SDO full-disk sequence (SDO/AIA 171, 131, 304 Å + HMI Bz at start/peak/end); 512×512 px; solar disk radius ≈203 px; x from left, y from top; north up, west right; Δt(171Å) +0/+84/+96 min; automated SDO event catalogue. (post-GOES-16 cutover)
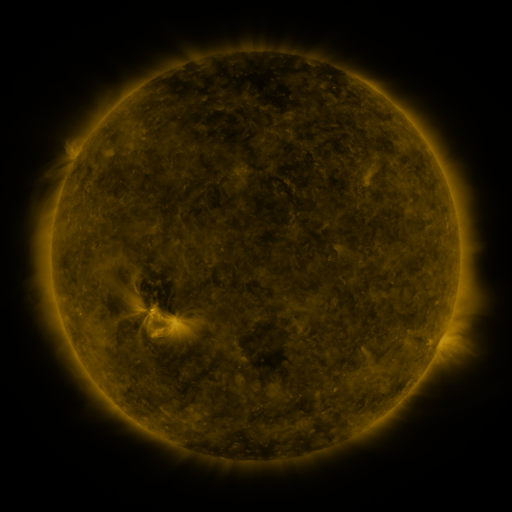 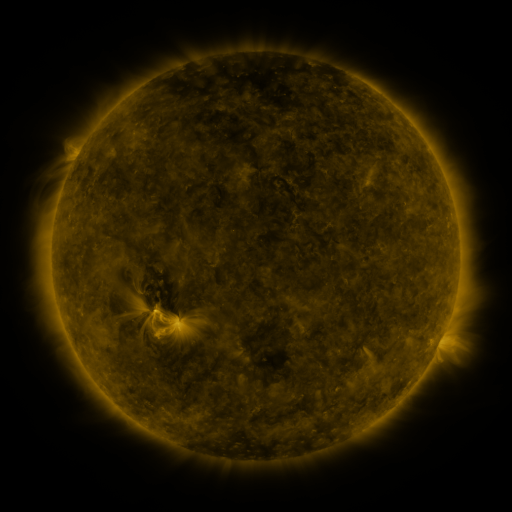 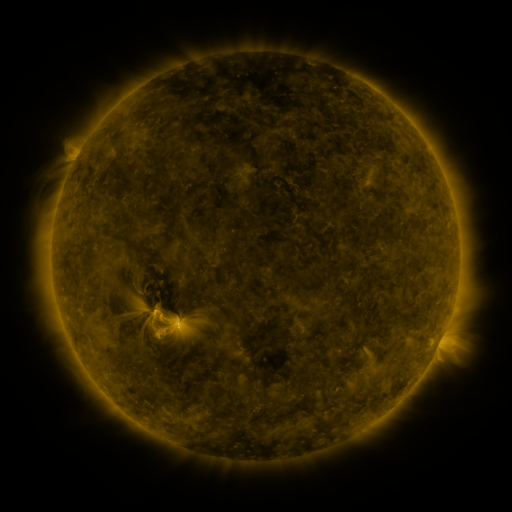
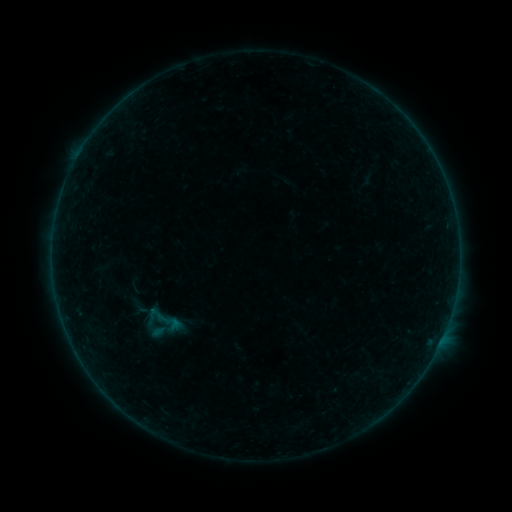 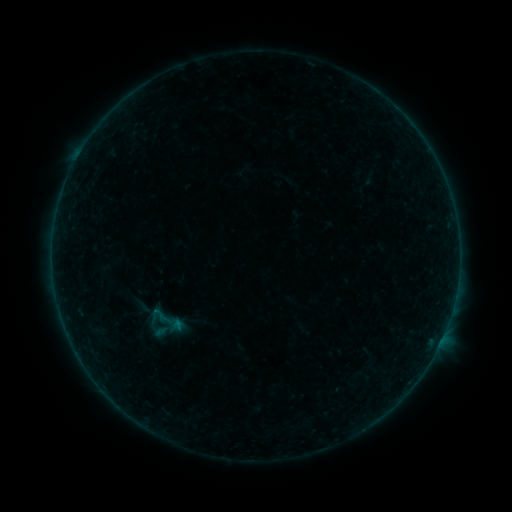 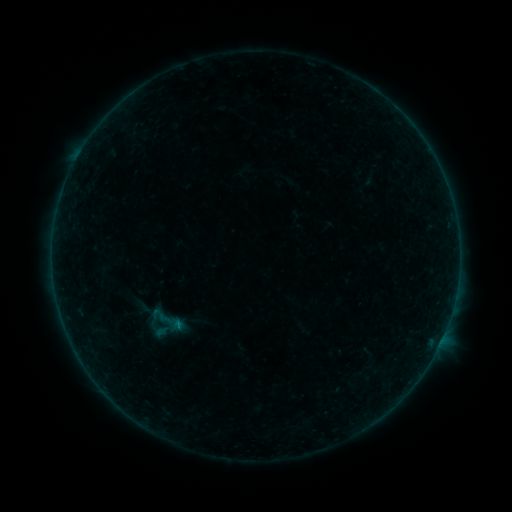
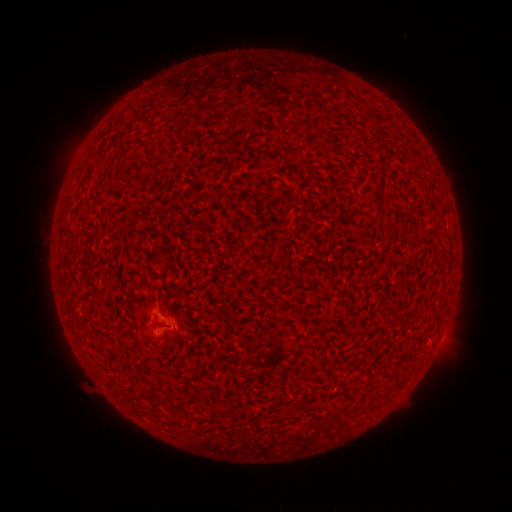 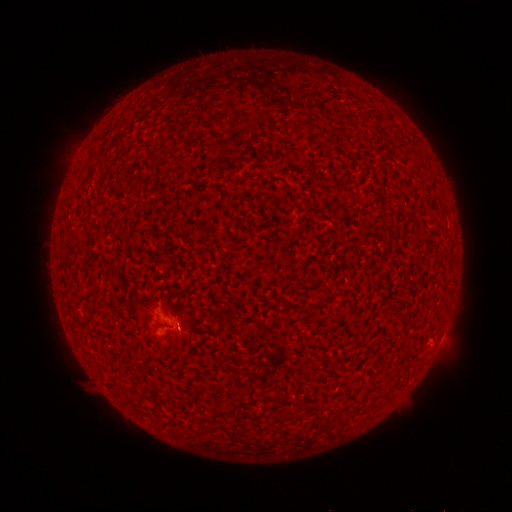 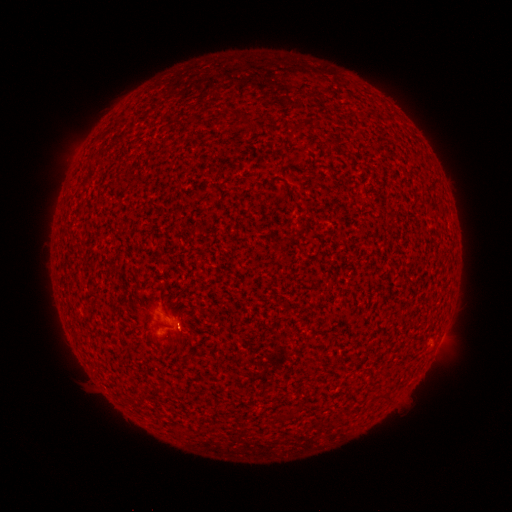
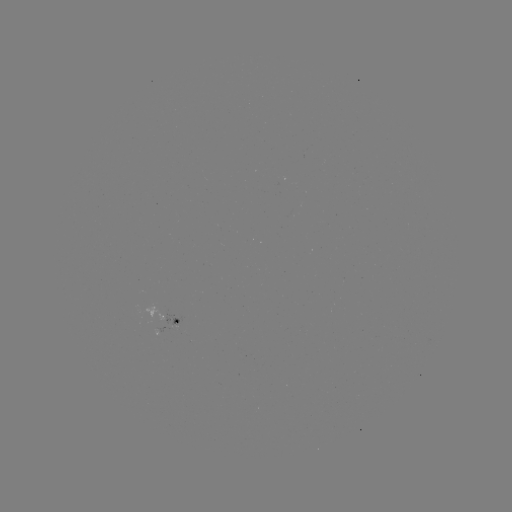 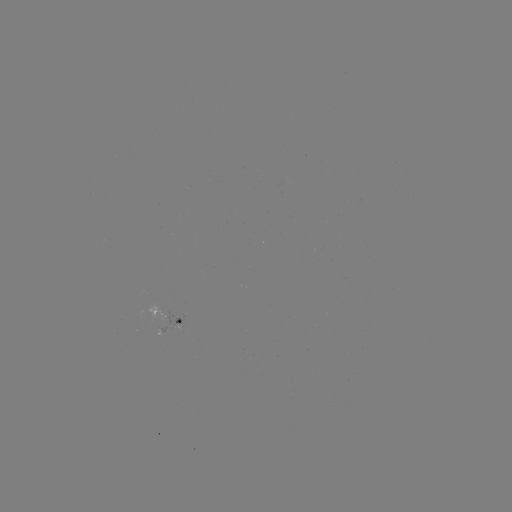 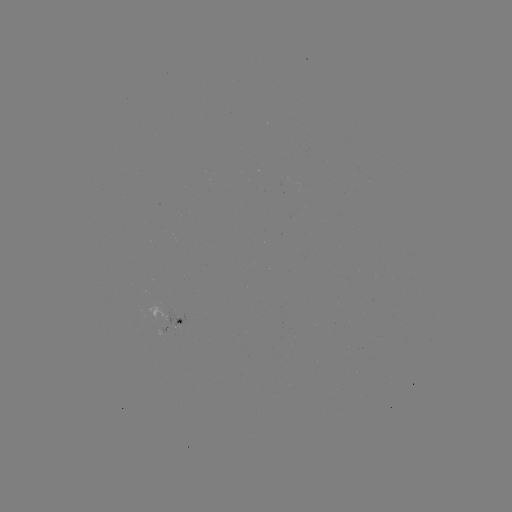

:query A6.9 flare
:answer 179,326